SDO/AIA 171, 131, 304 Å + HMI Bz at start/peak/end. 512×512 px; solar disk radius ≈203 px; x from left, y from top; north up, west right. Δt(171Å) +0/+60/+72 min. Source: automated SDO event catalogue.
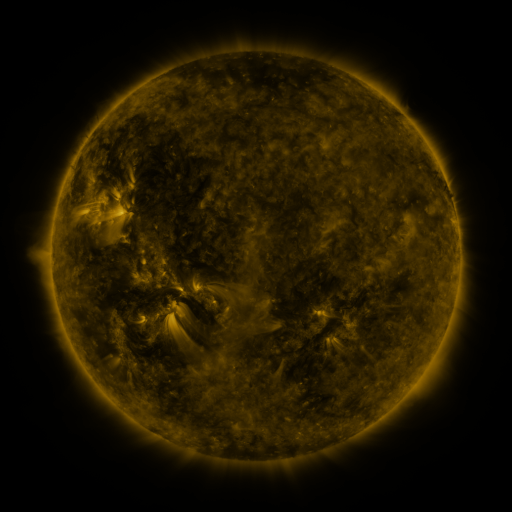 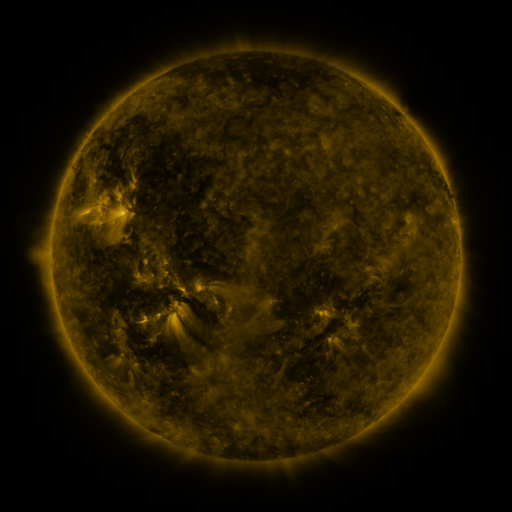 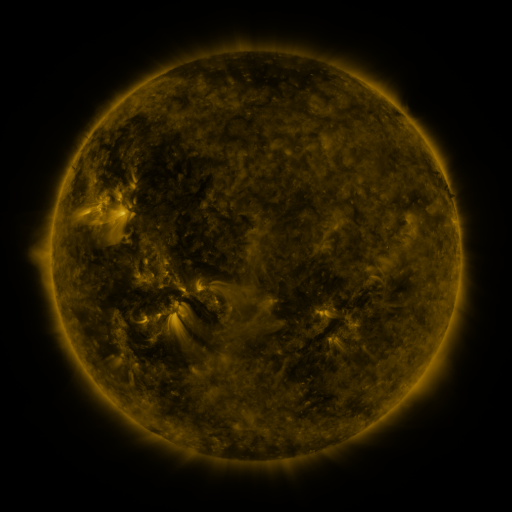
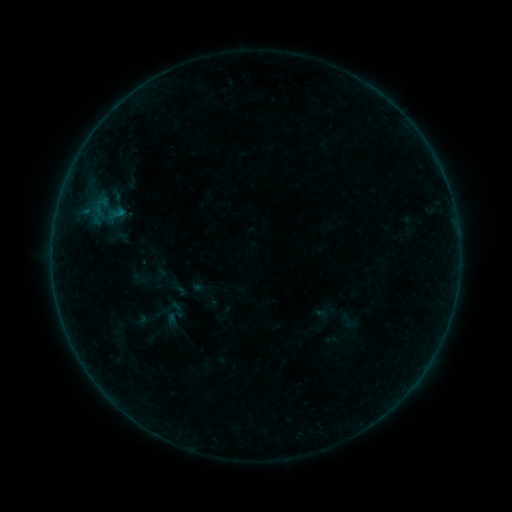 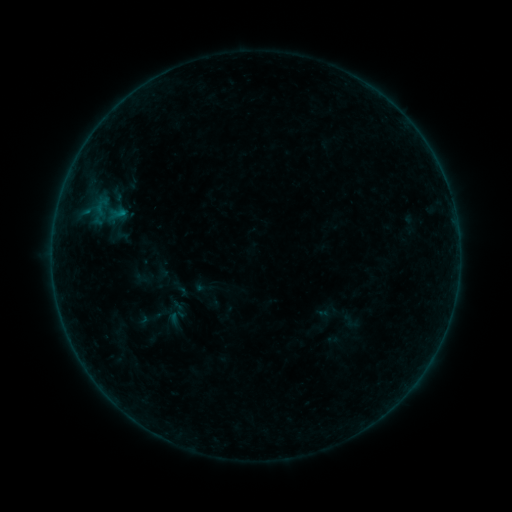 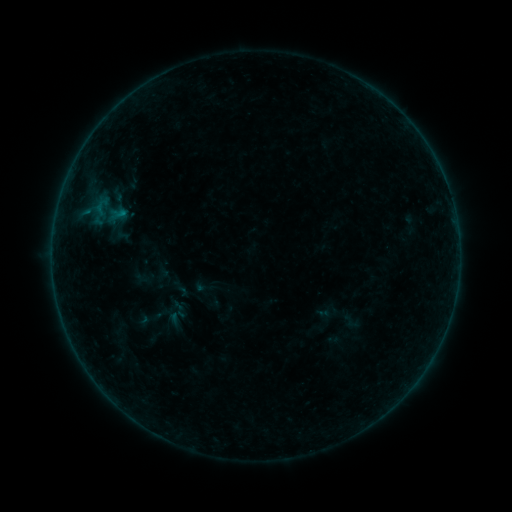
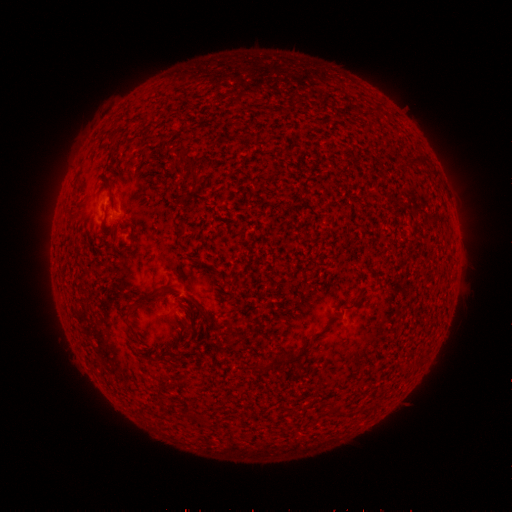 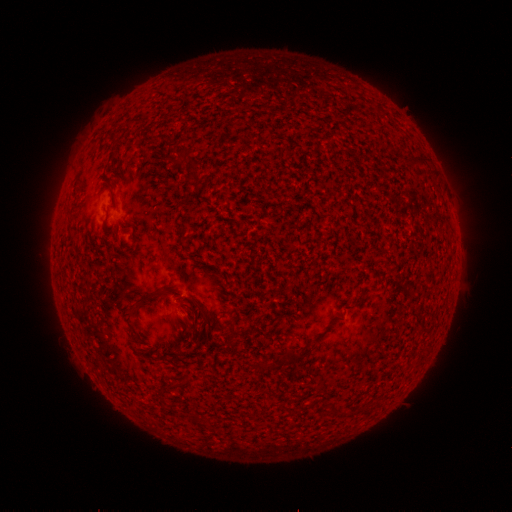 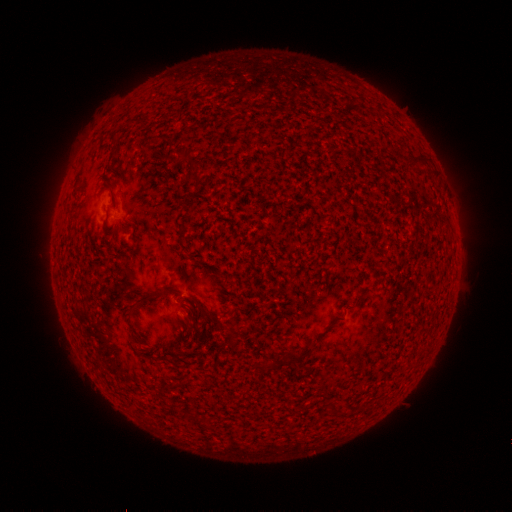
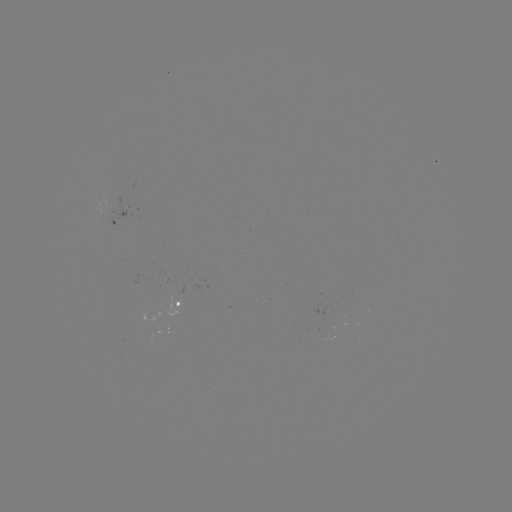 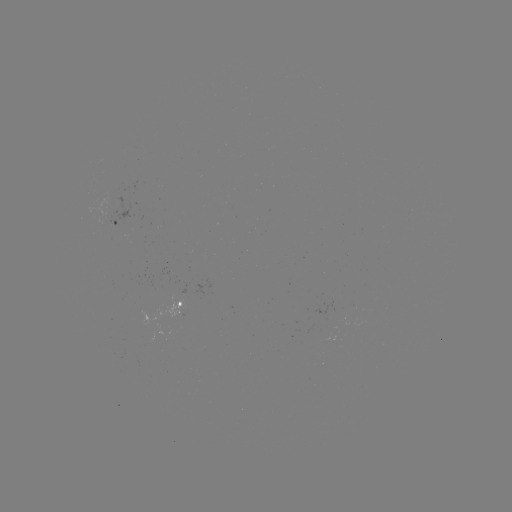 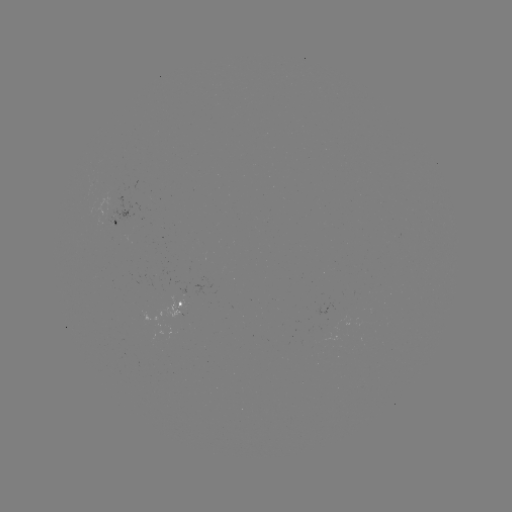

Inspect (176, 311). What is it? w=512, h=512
emerging-flux region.